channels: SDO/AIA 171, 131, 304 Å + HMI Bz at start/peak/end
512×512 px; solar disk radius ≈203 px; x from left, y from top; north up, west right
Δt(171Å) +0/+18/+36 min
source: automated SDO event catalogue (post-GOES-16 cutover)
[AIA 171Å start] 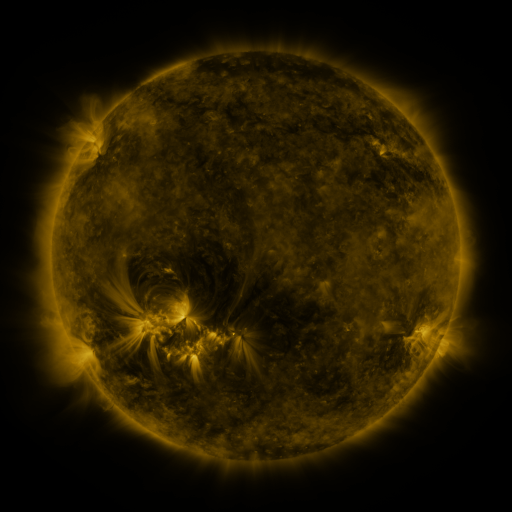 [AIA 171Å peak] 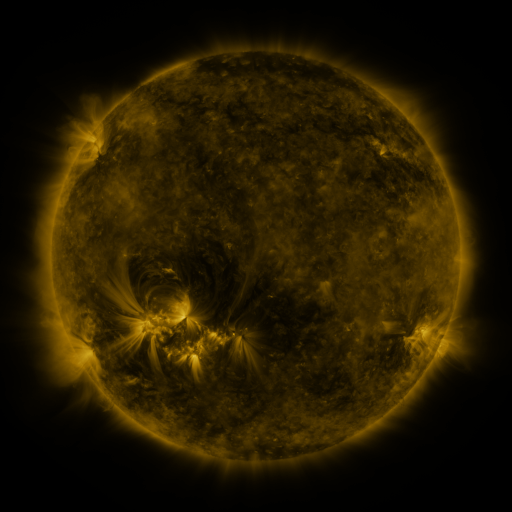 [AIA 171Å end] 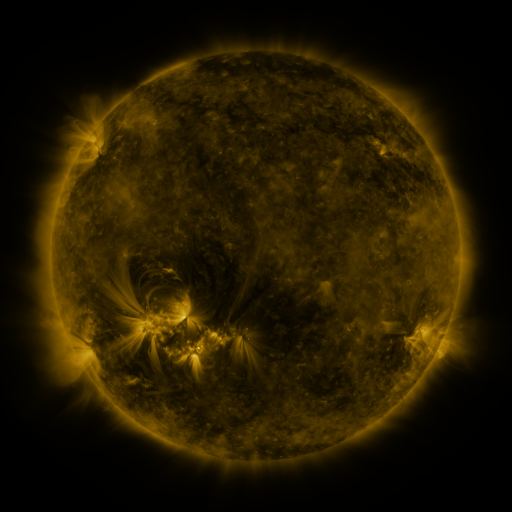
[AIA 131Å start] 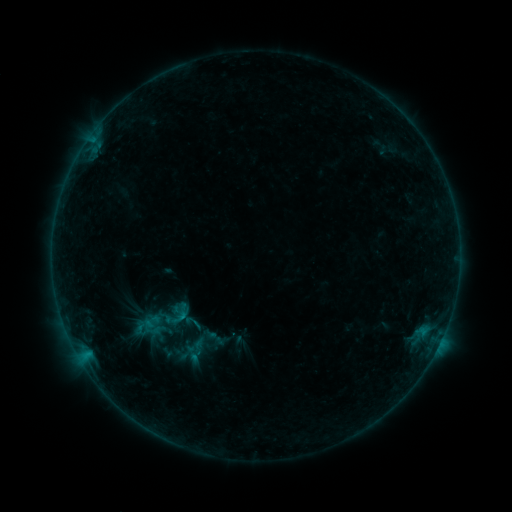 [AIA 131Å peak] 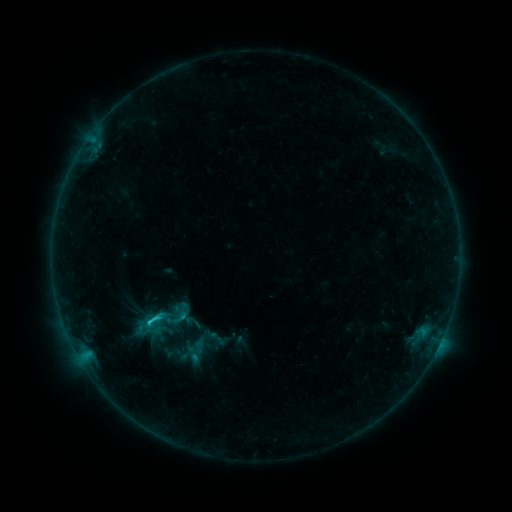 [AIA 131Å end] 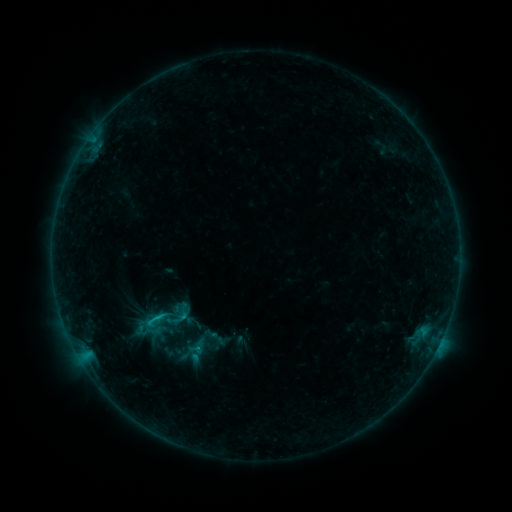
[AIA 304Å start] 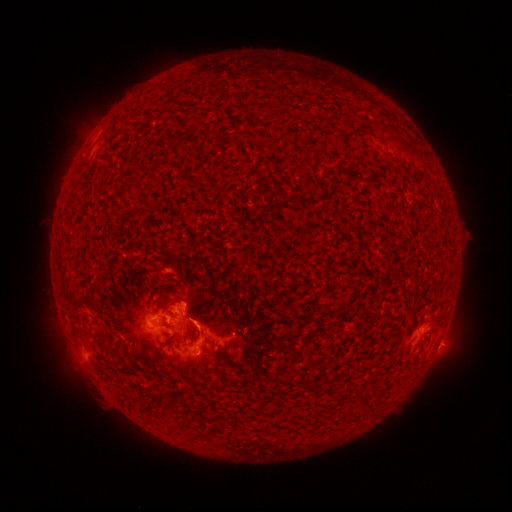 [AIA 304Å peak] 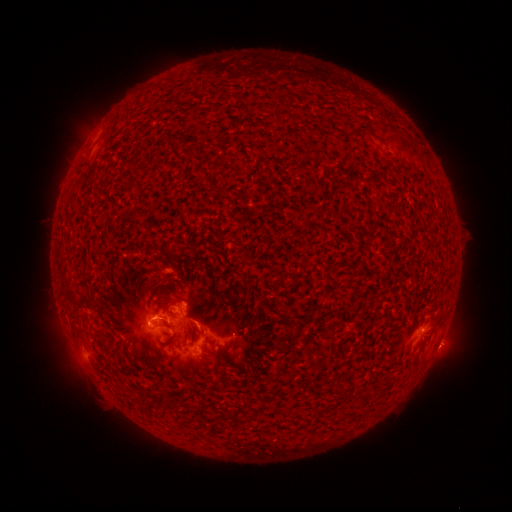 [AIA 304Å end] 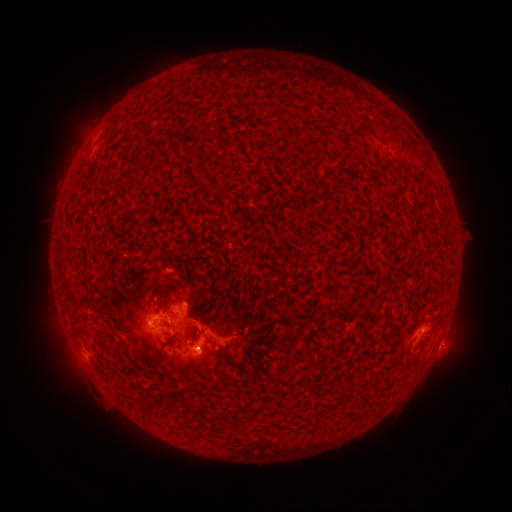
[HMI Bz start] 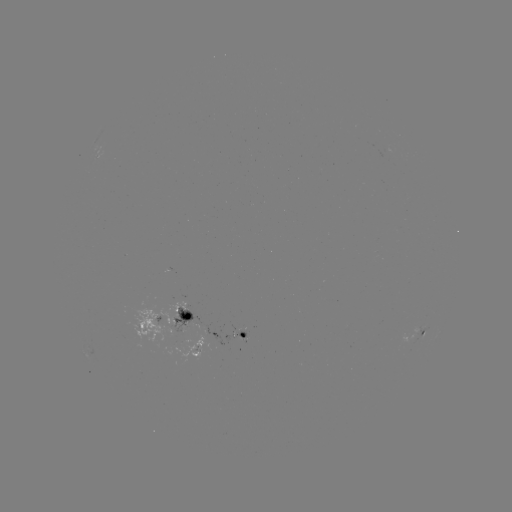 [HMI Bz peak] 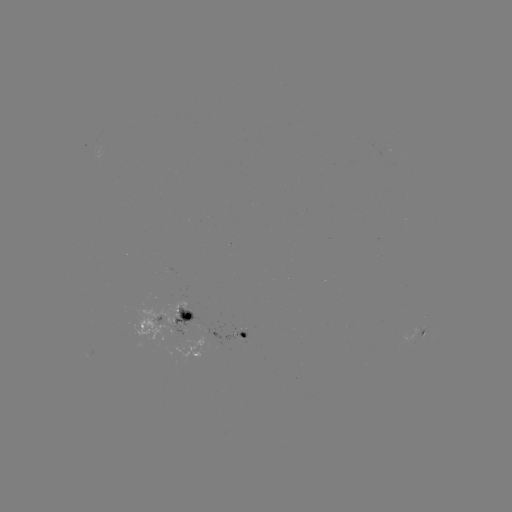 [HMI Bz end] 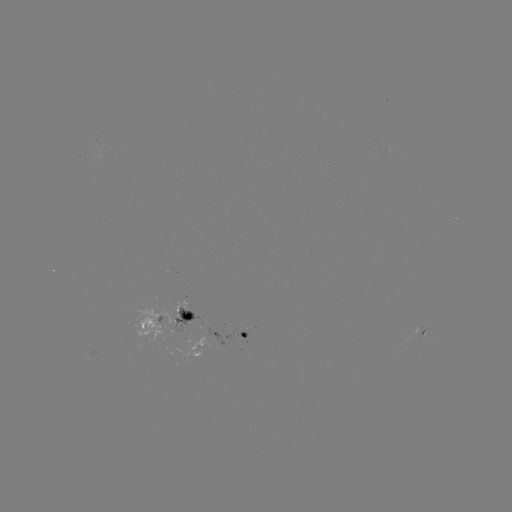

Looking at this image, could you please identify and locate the C1.5 flare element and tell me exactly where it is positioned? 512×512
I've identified C1.5 flare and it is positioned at [157, 315].